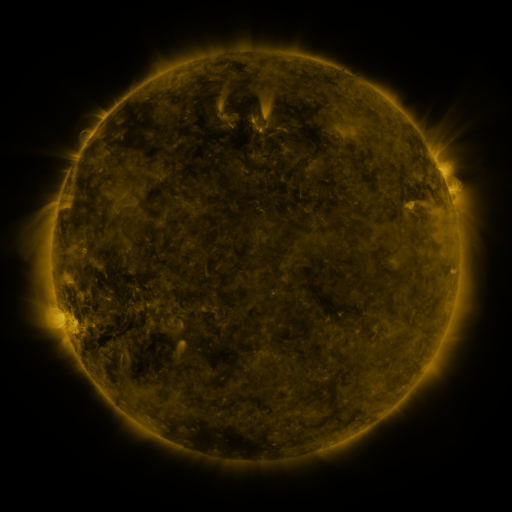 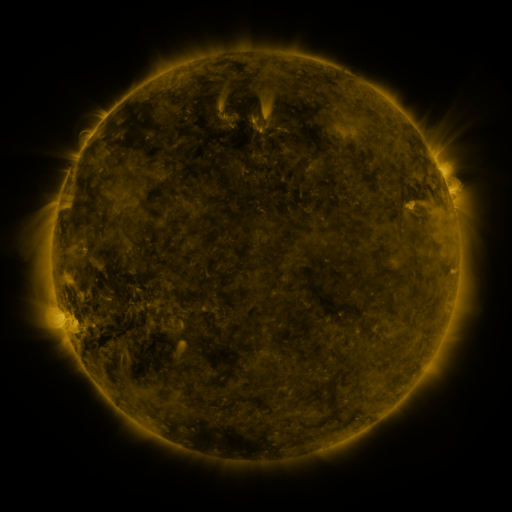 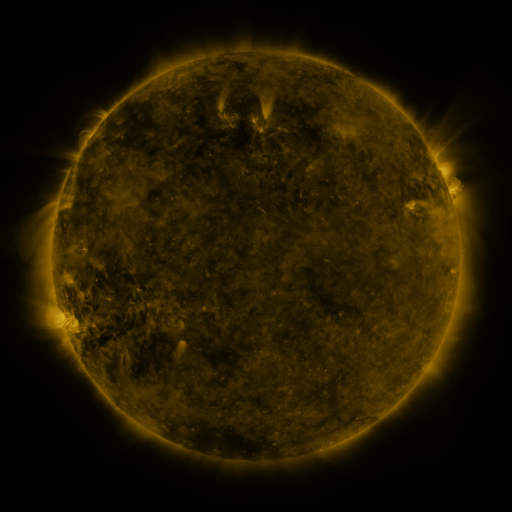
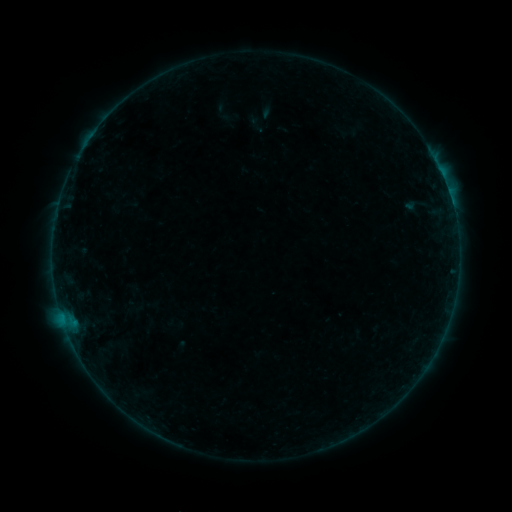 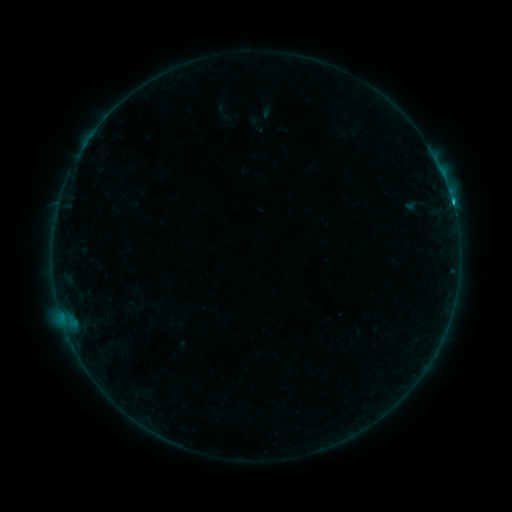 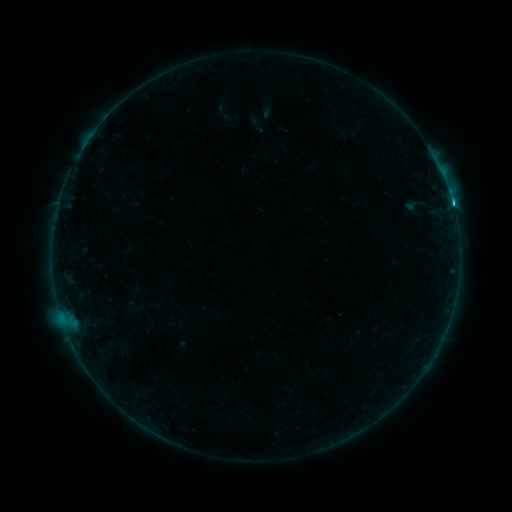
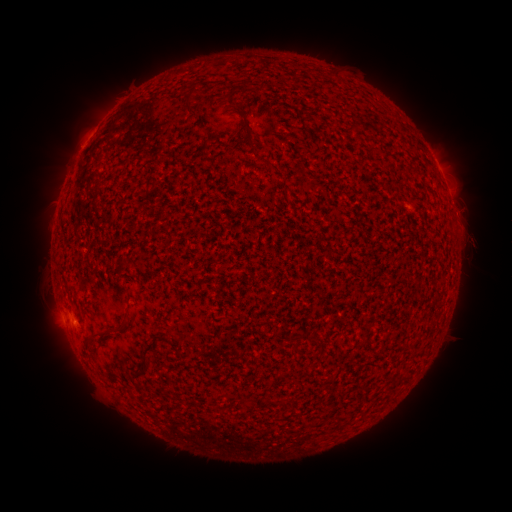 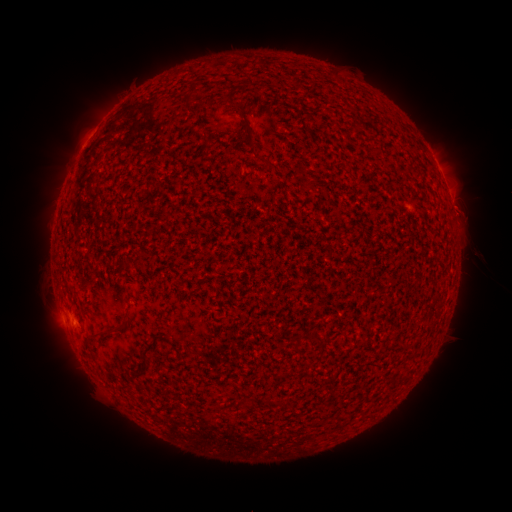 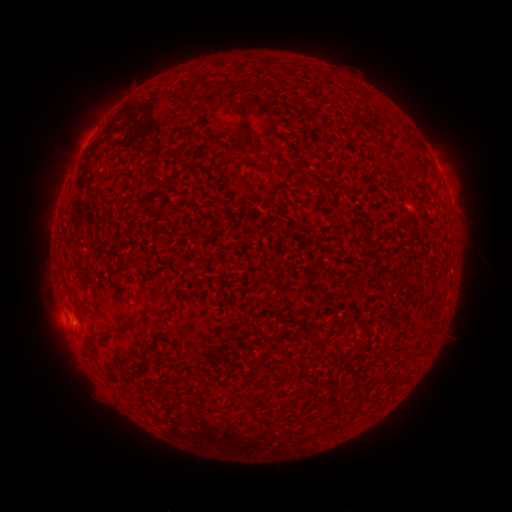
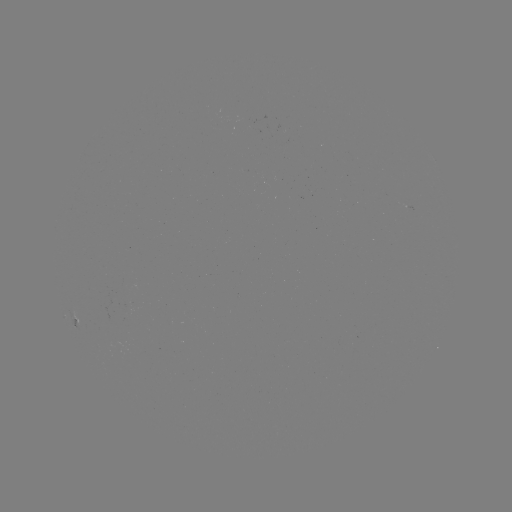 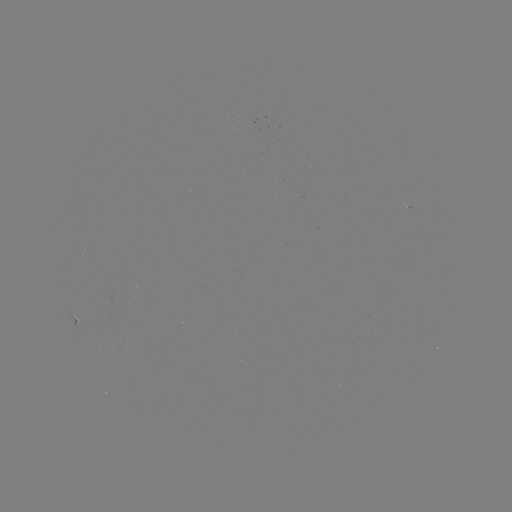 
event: flare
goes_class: C1.5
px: (452, 202)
